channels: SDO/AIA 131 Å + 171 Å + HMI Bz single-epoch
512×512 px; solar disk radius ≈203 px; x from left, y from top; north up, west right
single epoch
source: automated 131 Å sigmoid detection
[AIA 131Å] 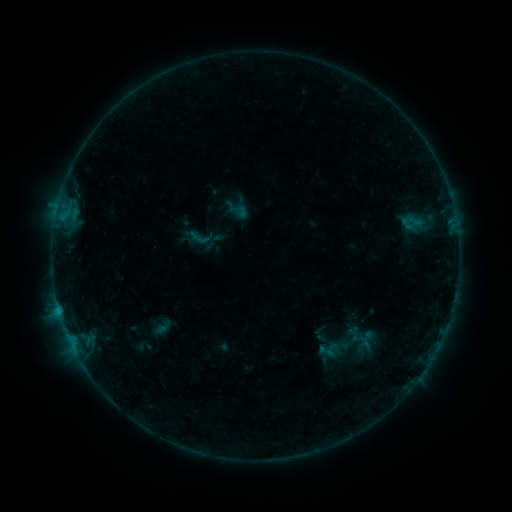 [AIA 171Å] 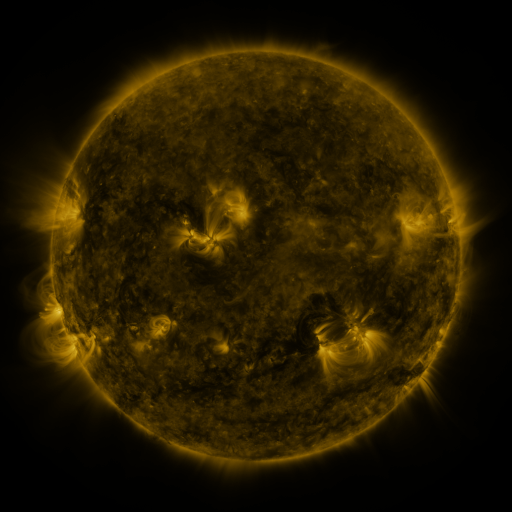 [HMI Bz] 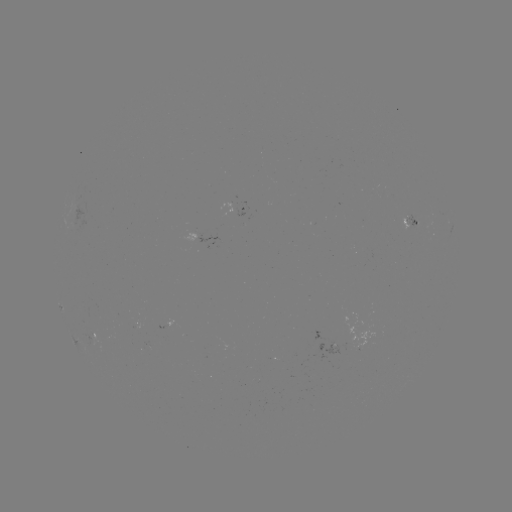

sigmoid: <bbox>185, 222, 214, 252</bbox>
